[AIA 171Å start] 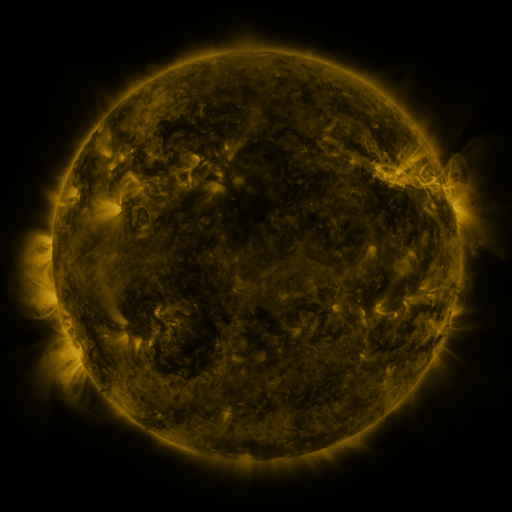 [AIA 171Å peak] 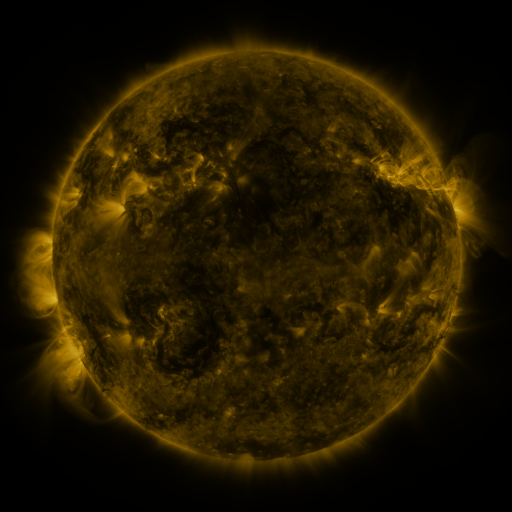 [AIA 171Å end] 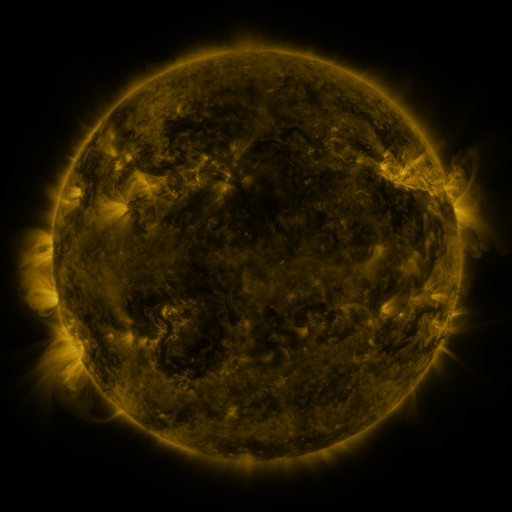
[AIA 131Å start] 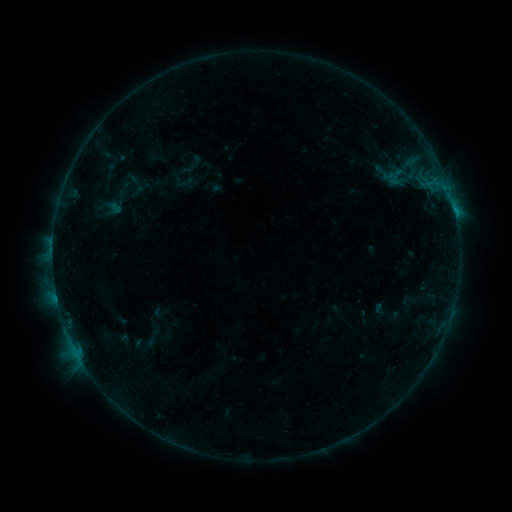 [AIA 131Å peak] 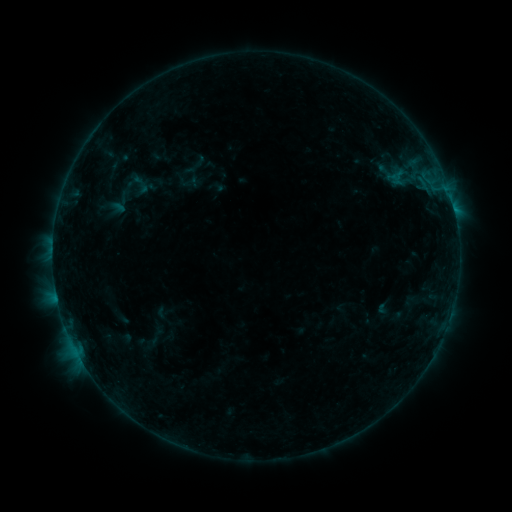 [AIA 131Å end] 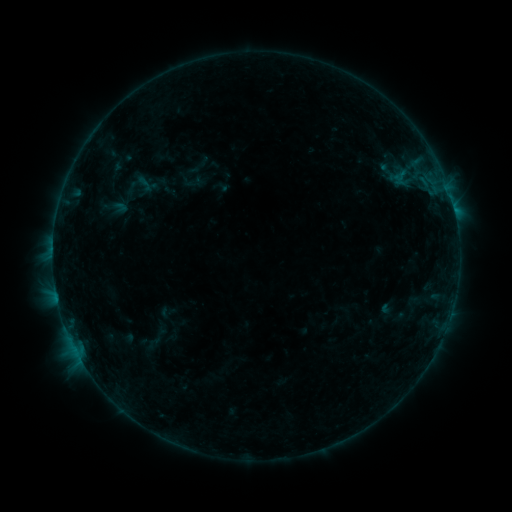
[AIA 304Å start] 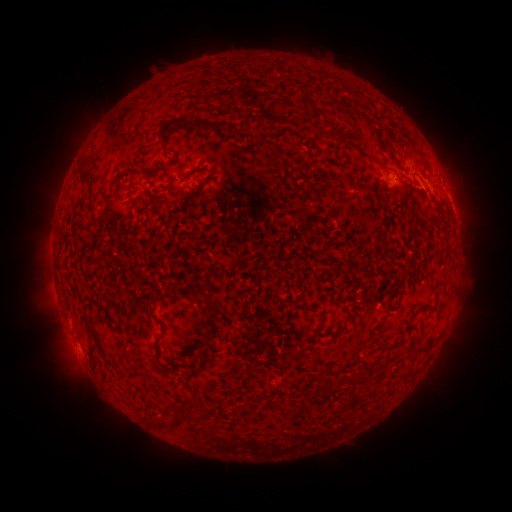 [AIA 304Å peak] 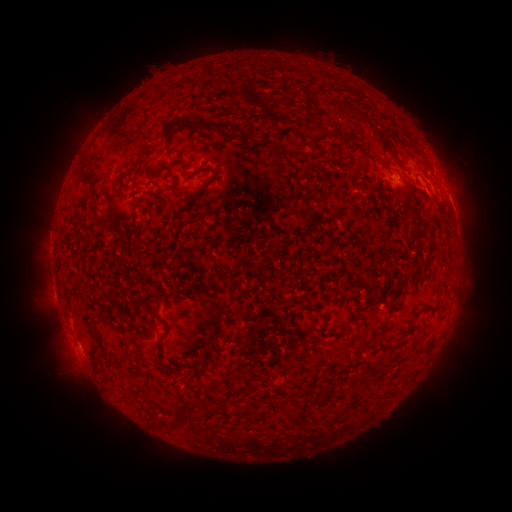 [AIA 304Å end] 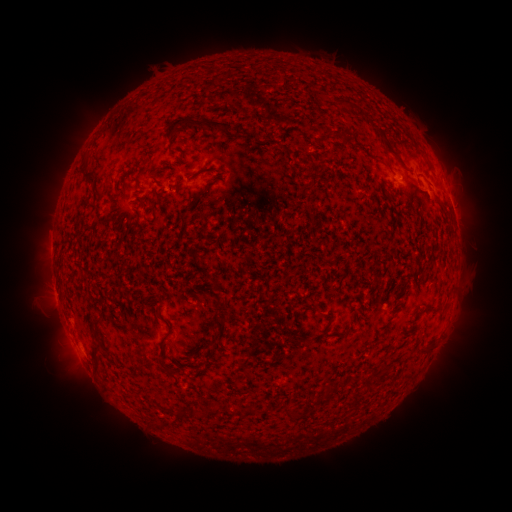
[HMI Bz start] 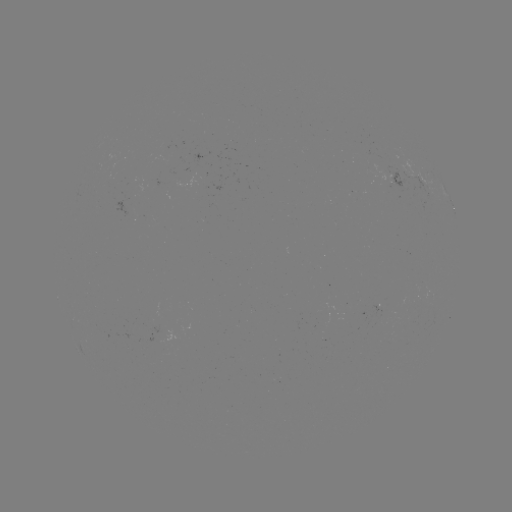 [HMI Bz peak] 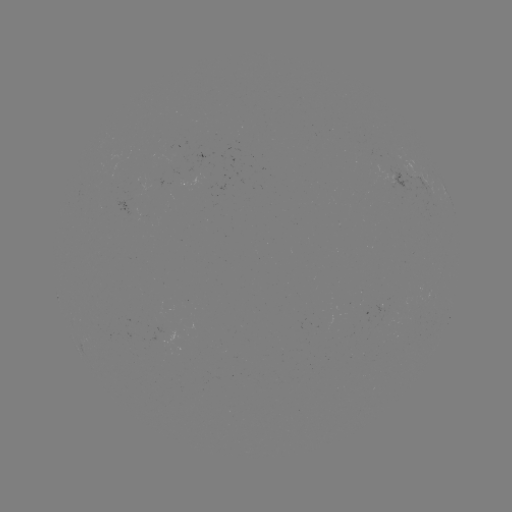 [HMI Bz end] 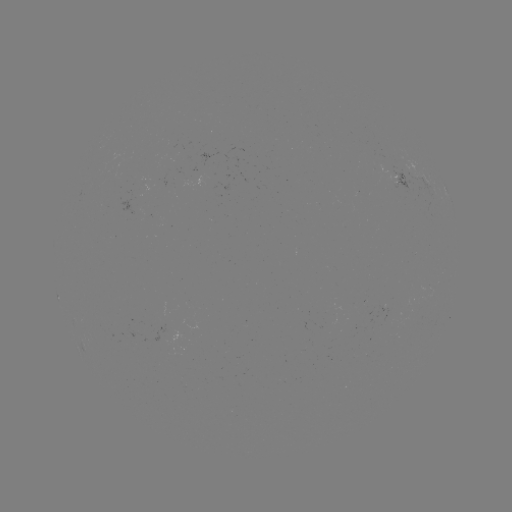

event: filament eruption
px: (436, 426)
